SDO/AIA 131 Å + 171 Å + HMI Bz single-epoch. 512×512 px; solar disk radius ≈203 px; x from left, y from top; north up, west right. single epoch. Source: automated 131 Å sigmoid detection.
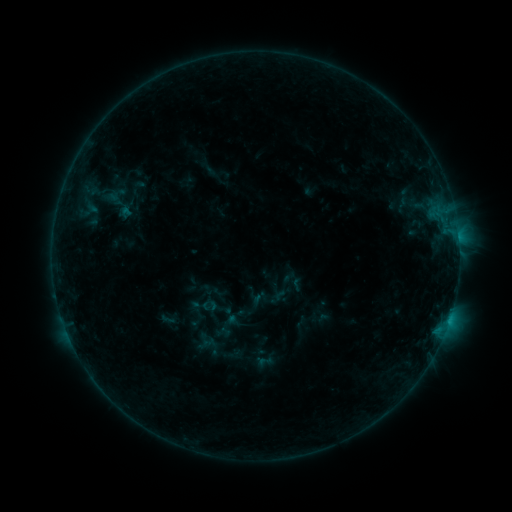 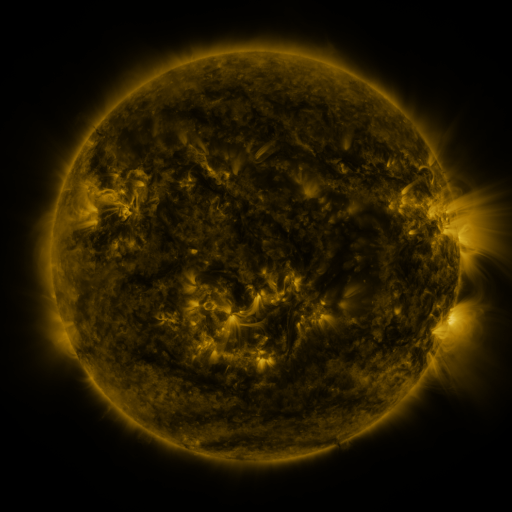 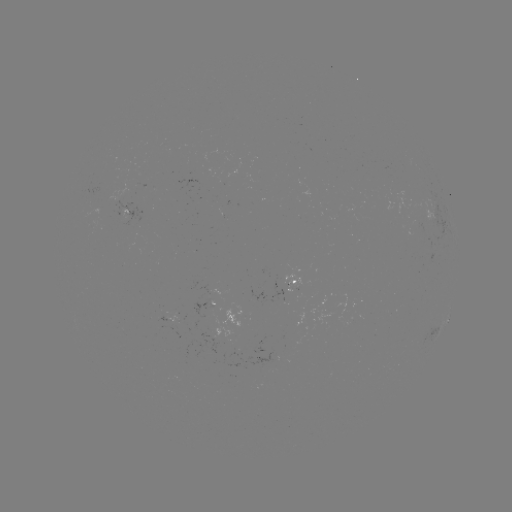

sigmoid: <bbox>257, 353, 274, 370</bbox>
